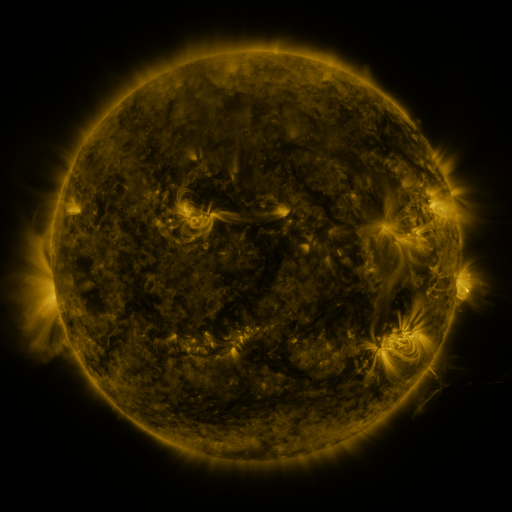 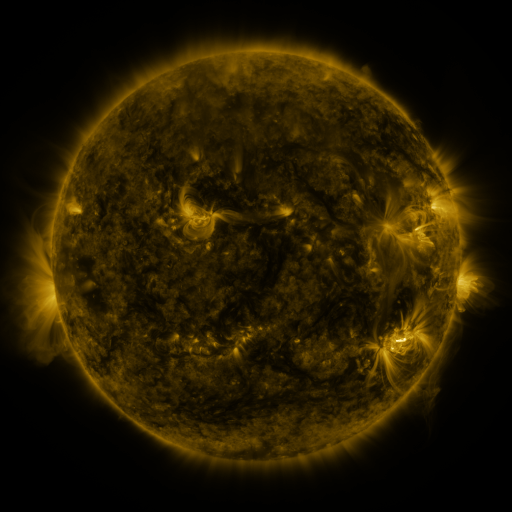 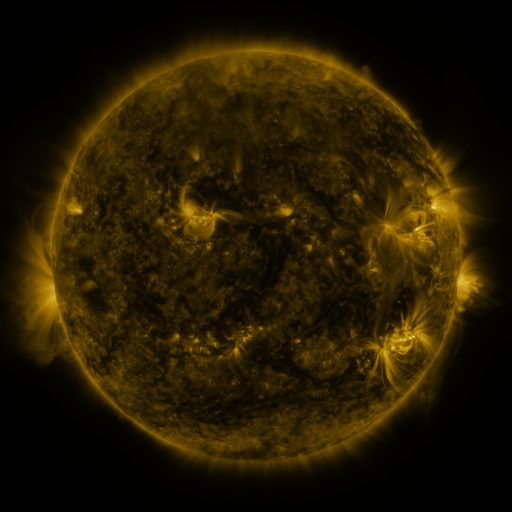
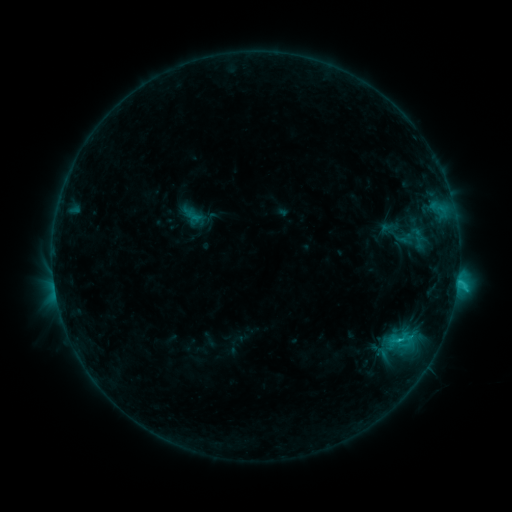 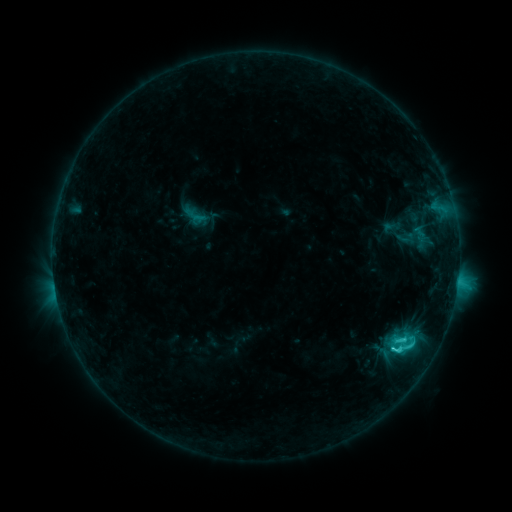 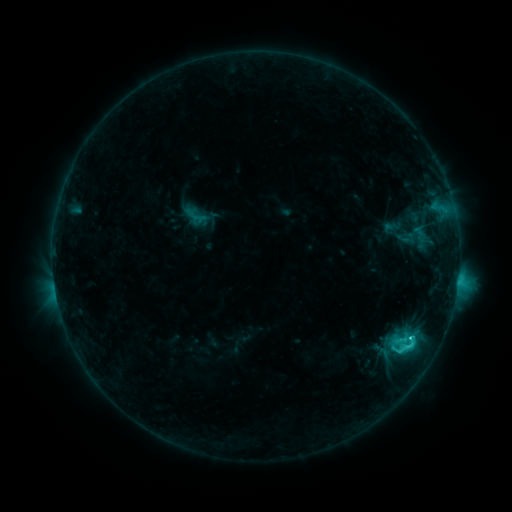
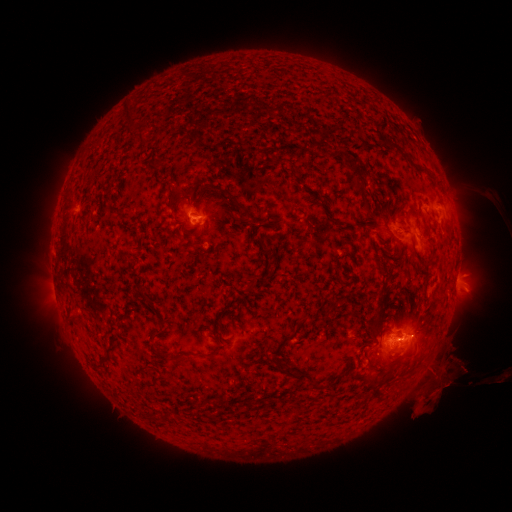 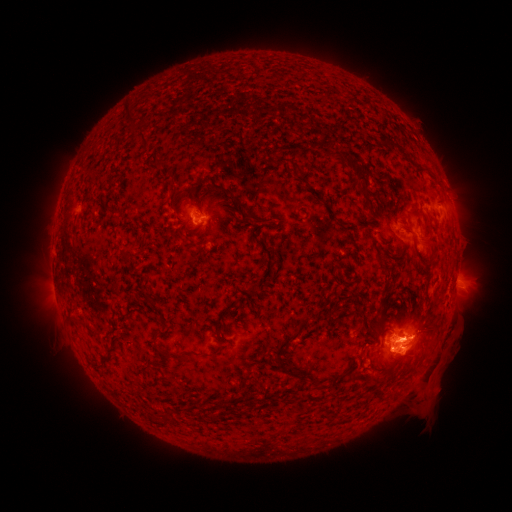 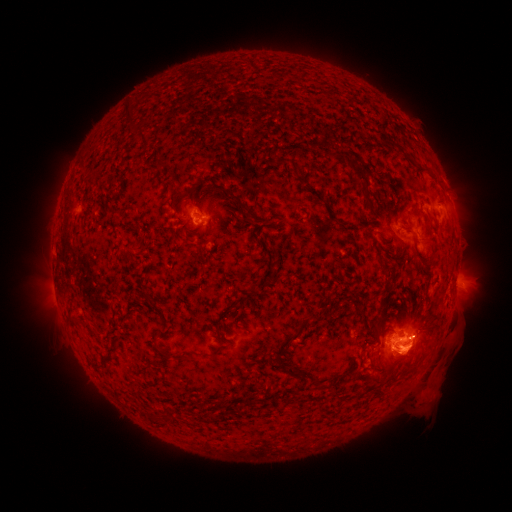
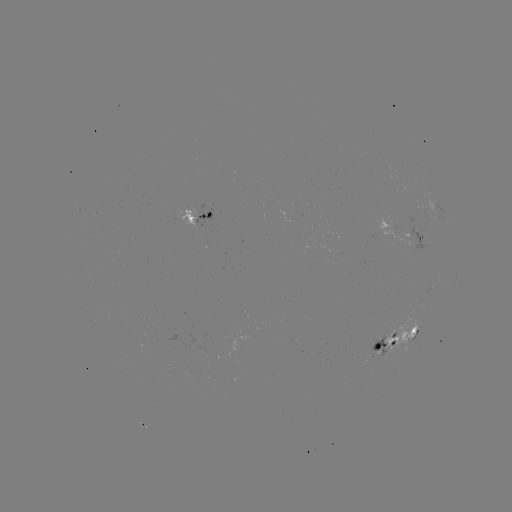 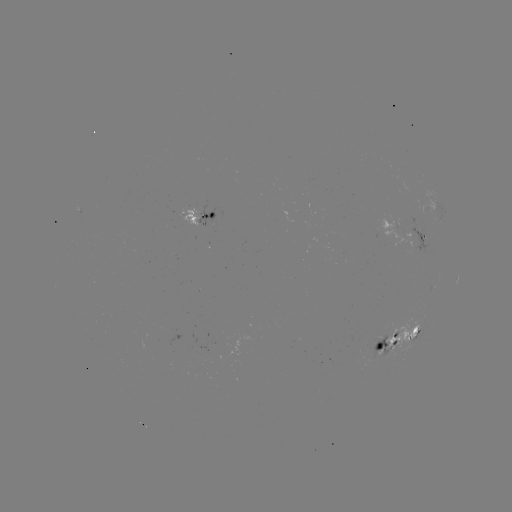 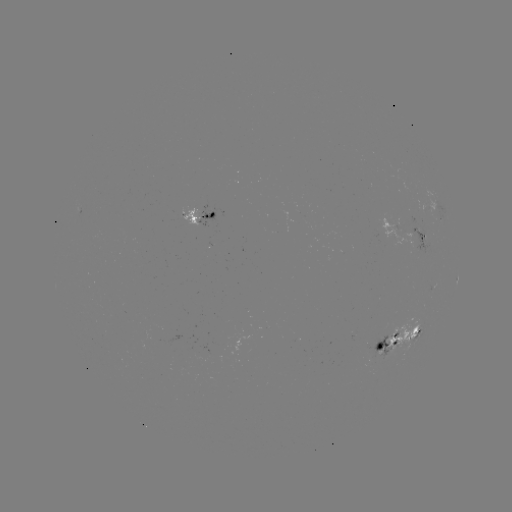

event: emerging-flux region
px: (410, 228)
